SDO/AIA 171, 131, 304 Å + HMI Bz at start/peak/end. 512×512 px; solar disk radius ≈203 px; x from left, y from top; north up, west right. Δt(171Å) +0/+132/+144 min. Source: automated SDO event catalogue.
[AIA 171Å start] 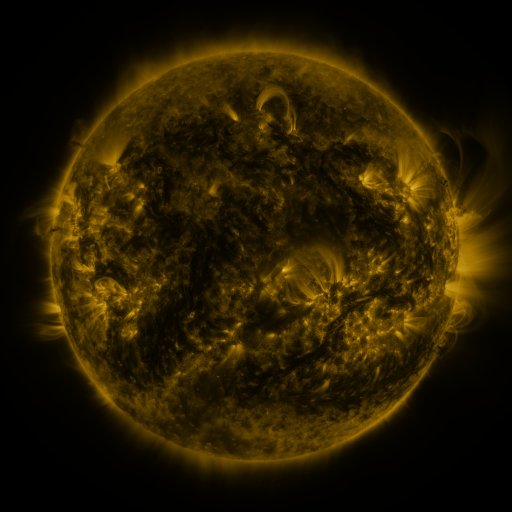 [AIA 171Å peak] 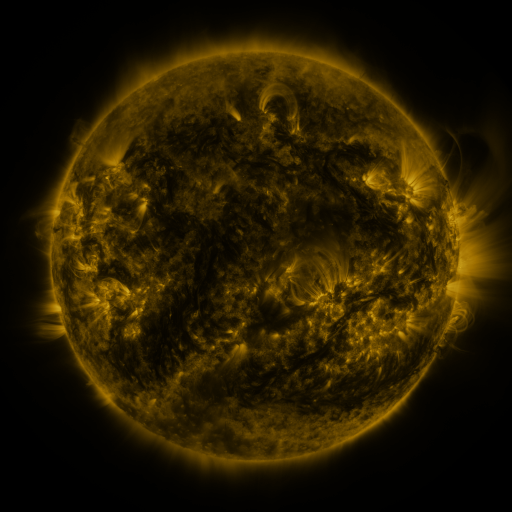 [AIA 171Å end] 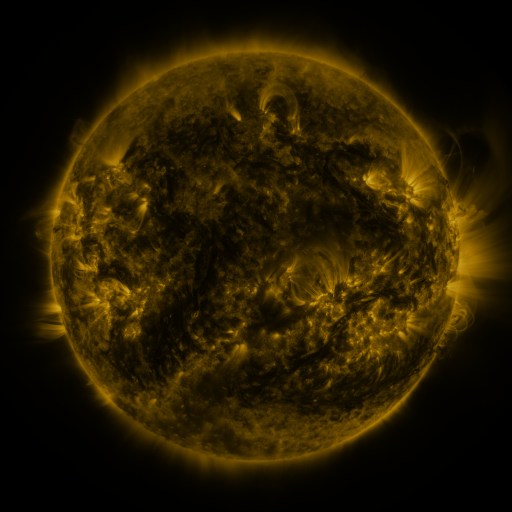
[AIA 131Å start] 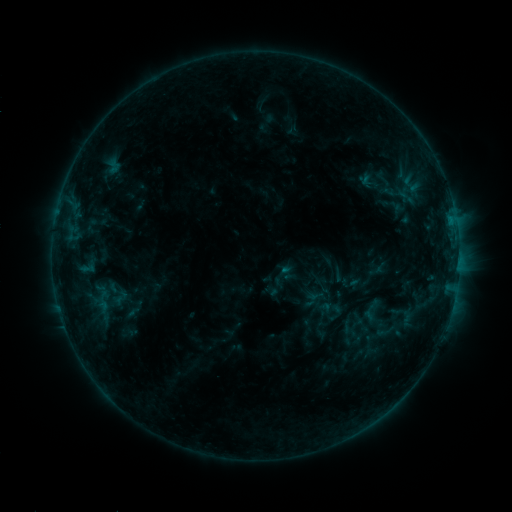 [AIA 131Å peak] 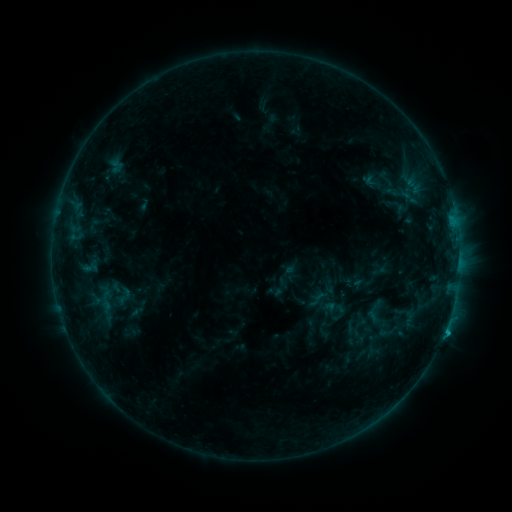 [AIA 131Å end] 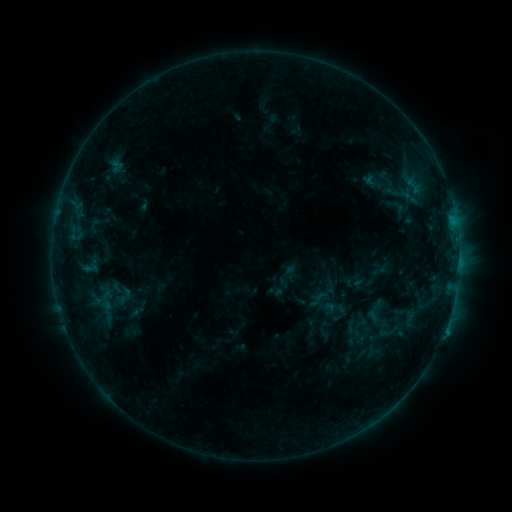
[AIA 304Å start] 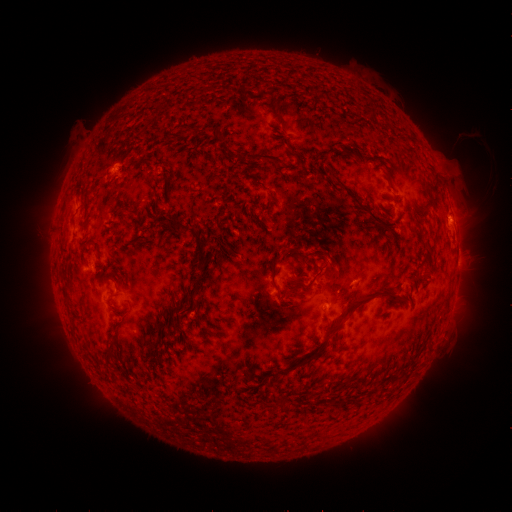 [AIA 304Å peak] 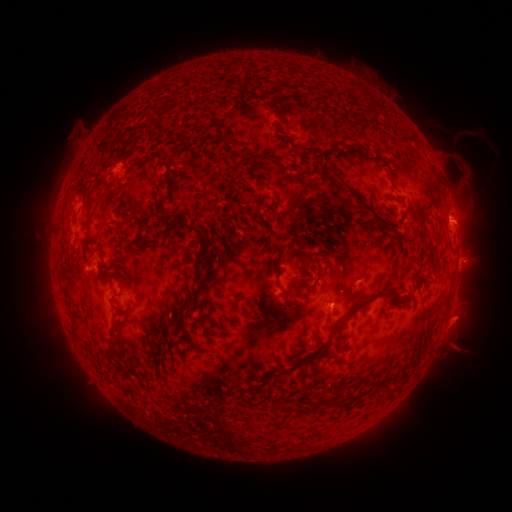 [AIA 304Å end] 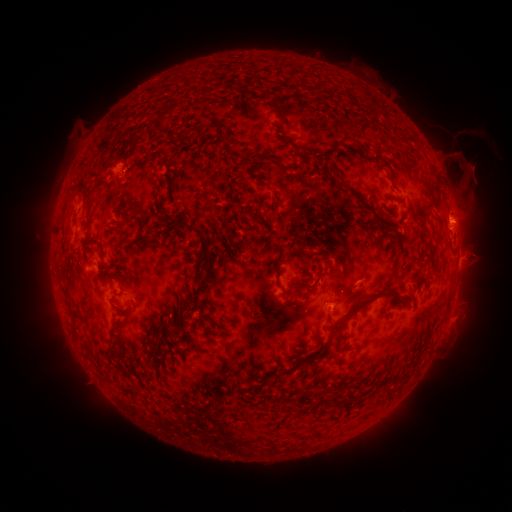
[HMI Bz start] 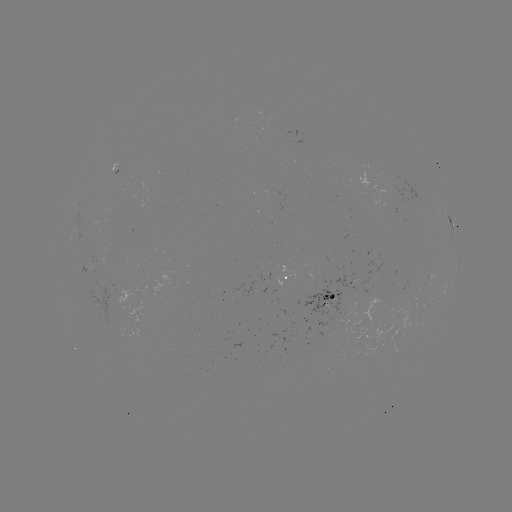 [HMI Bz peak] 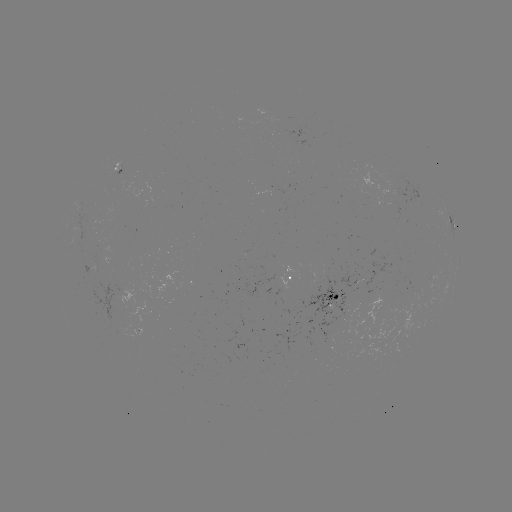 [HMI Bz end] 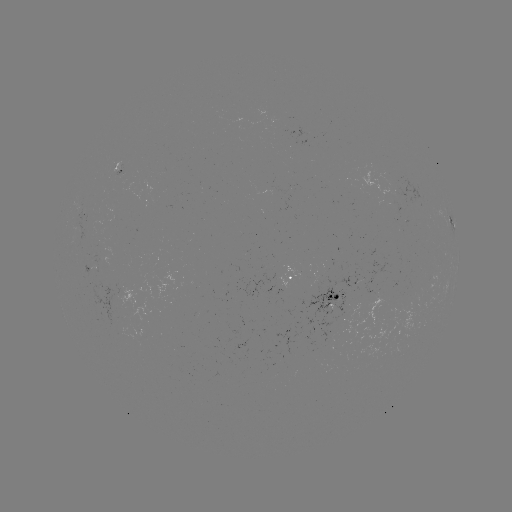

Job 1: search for emerging-flux region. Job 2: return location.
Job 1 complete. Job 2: [343, 306].